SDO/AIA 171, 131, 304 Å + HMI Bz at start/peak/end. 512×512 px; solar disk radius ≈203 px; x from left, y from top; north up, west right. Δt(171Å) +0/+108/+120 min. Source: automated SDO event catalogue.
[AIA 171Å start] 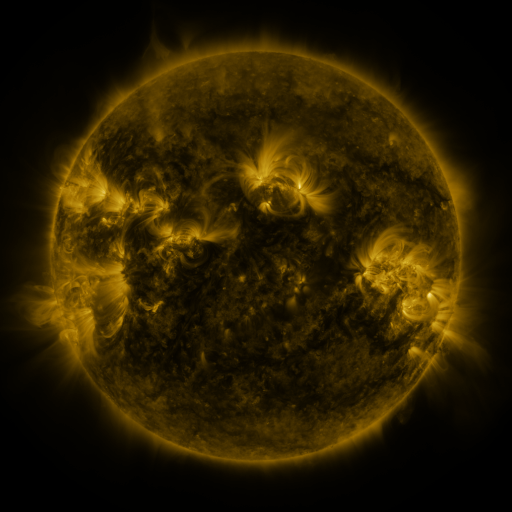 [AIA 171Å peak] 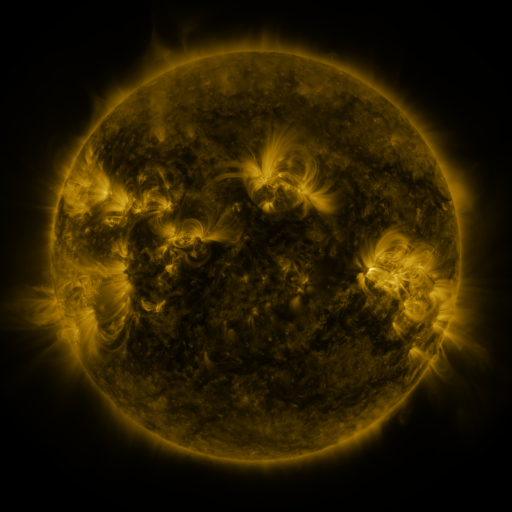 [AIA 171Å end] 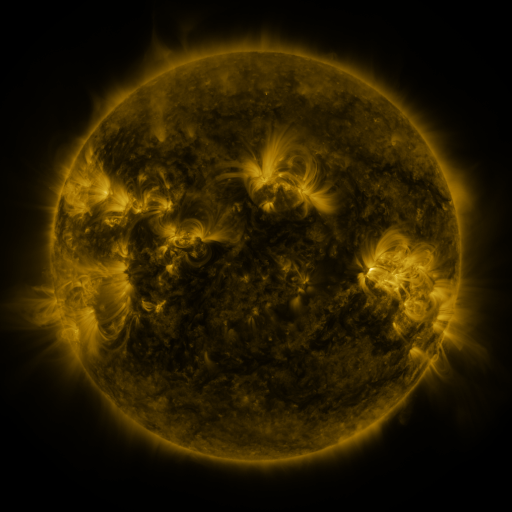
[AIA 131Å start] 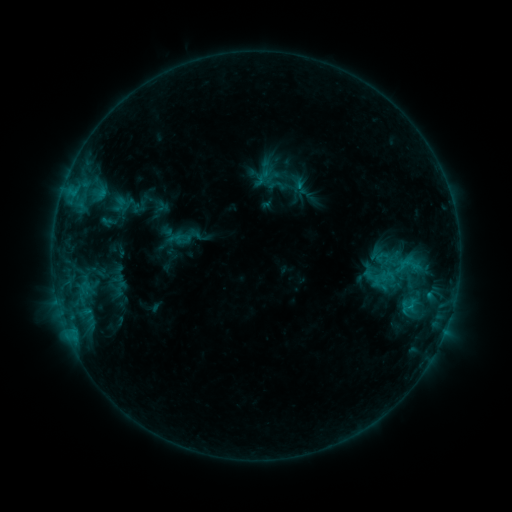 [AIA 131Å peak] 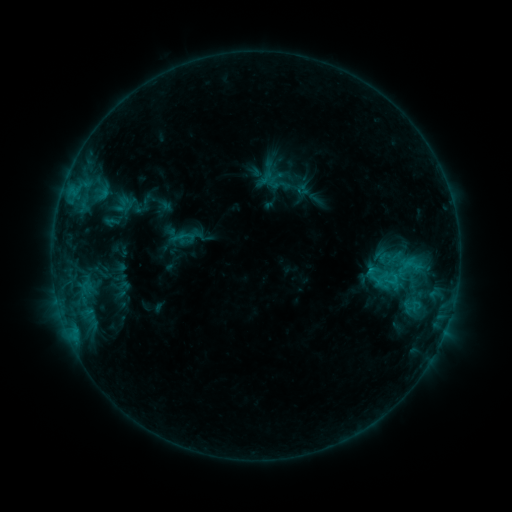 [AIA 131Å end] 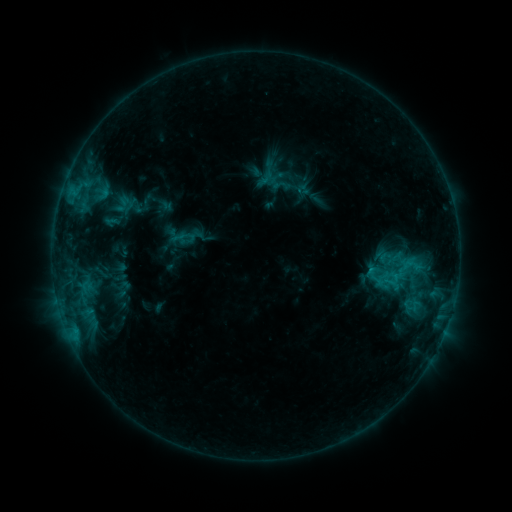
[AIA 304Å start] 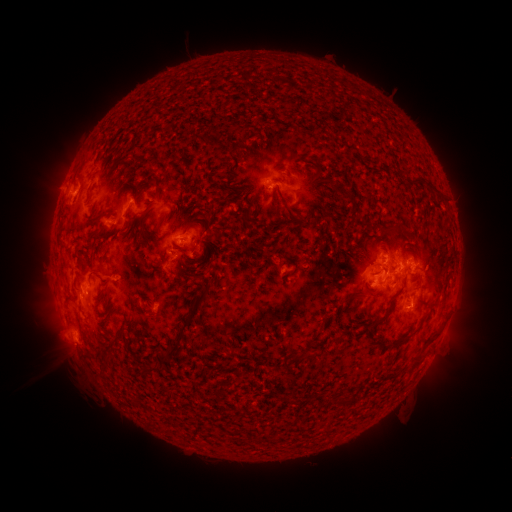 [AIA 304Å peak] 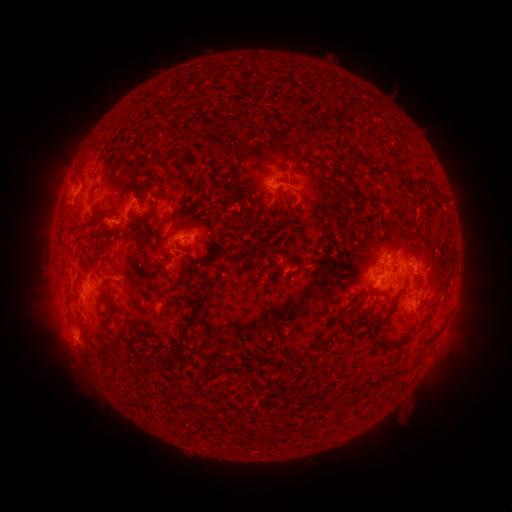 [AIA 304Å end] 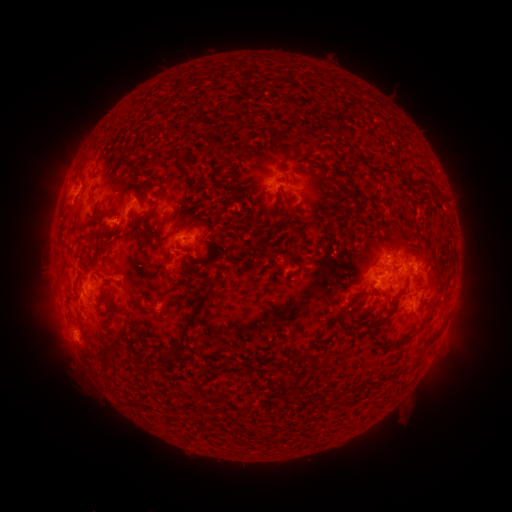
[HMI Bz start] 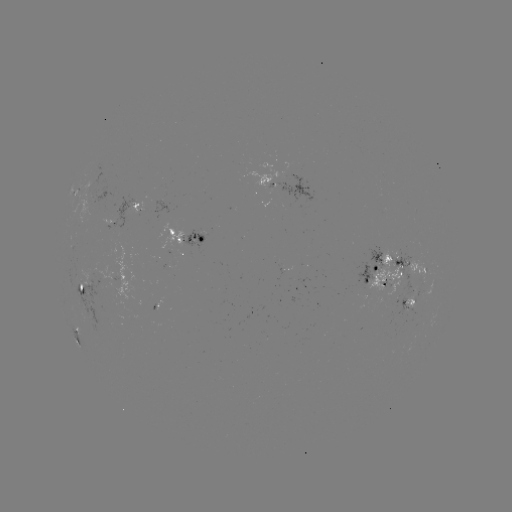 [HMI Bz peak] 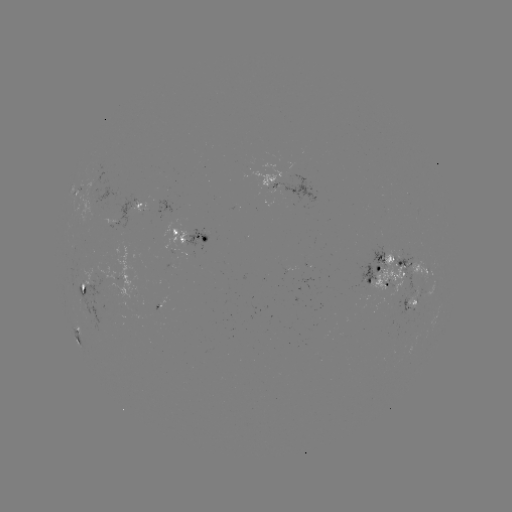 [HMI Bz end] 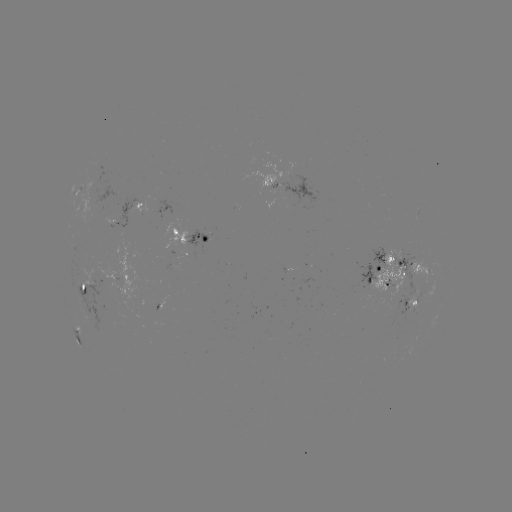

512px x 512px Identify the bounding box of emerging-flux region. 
[409, 292, 417, 320].